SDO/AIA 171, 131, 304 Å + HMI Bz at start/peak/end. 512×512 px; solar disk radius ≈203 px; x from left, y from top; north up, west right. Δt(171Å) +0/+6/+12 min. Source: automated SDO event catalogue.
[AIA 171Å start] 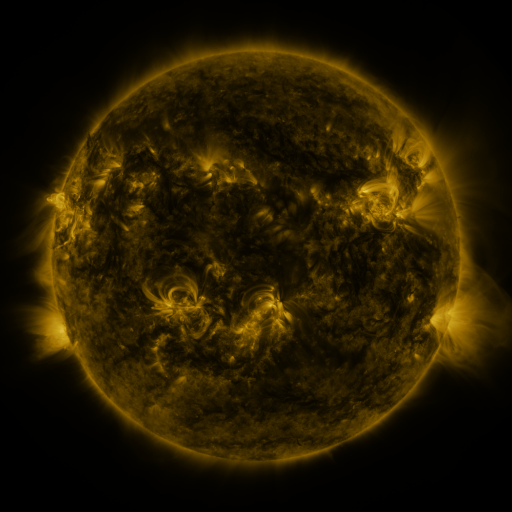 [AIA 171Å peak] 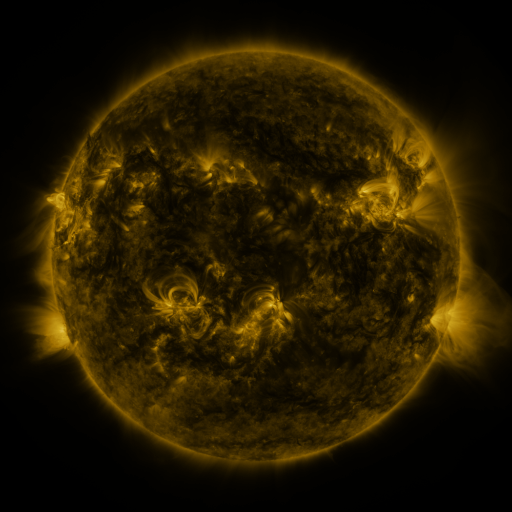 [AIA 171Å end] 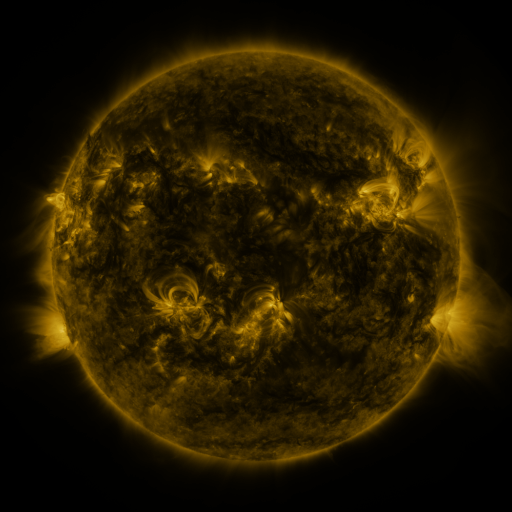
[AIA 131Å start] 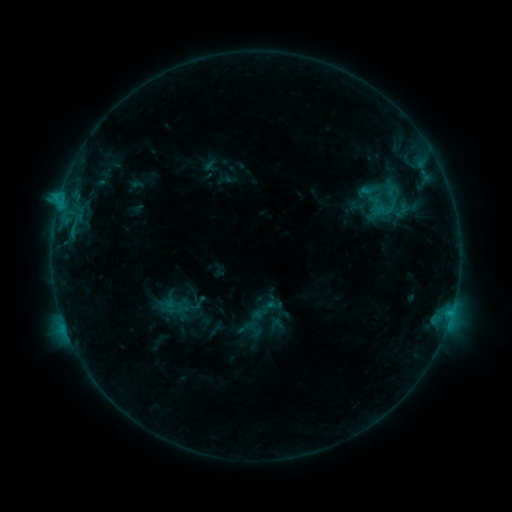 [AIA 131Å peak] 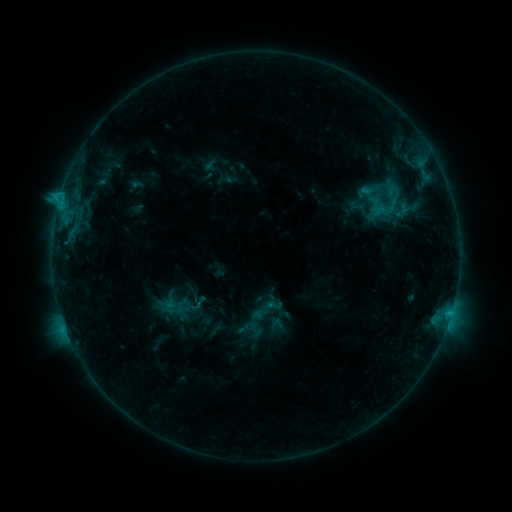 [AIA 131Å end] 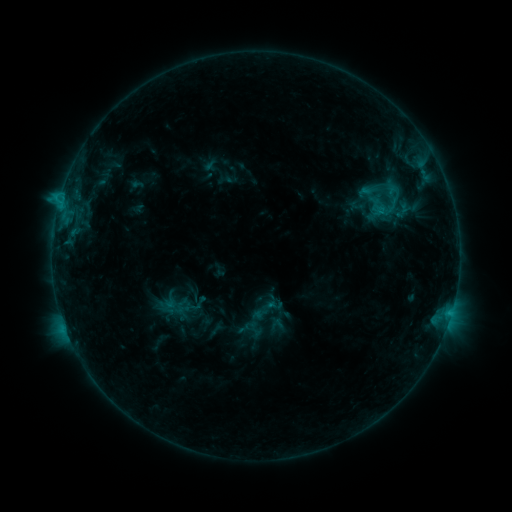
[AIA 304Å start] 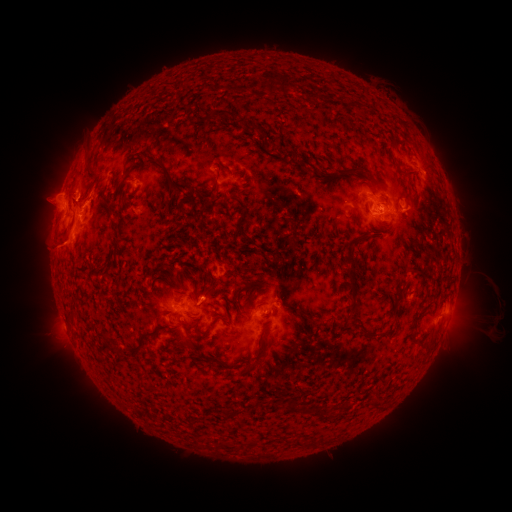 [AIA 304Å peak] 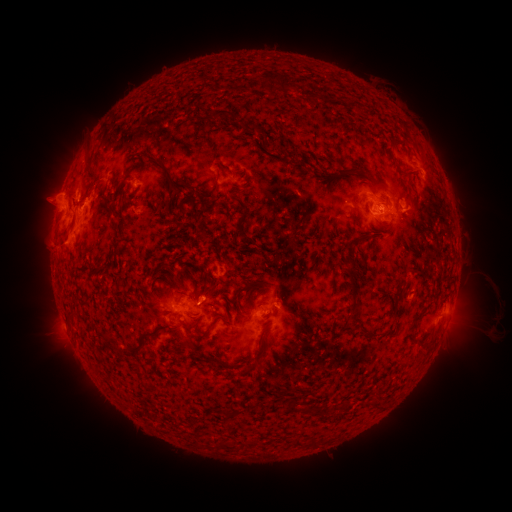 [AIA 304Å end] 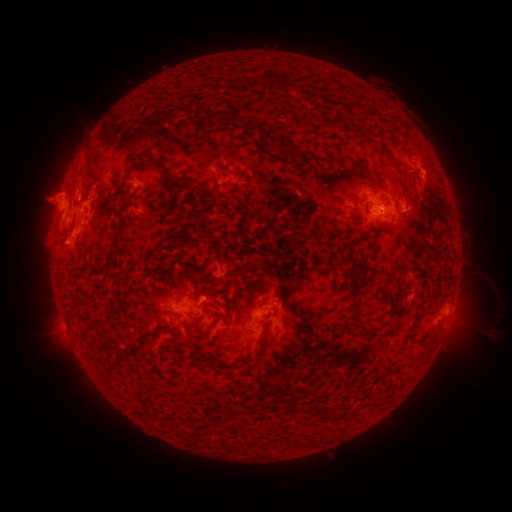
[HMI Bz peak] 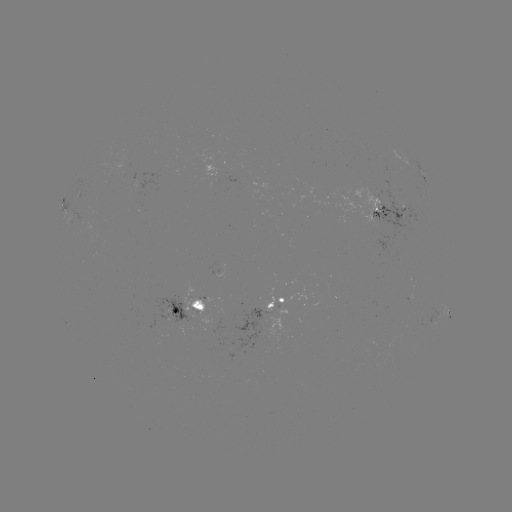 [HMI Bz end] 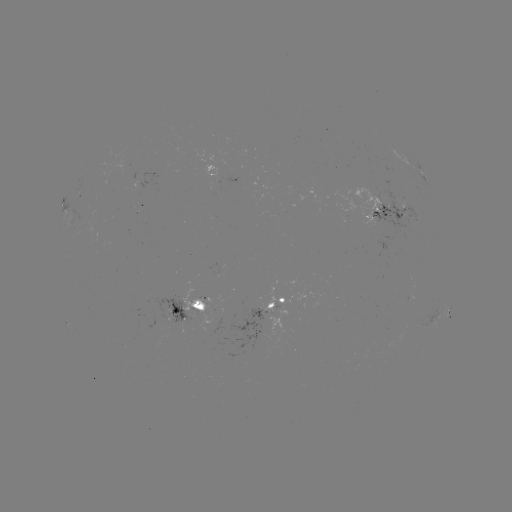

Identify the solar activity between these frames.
eruption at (92, 187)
